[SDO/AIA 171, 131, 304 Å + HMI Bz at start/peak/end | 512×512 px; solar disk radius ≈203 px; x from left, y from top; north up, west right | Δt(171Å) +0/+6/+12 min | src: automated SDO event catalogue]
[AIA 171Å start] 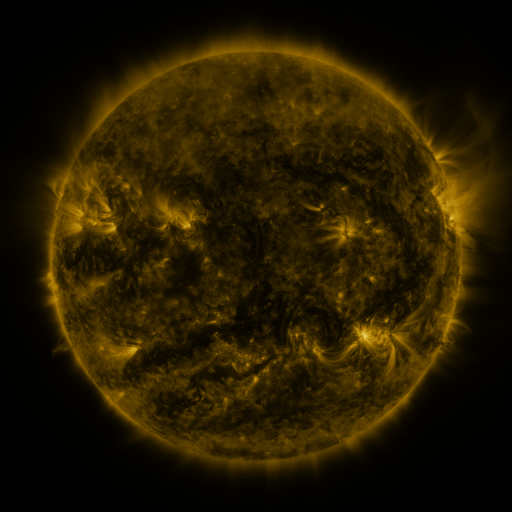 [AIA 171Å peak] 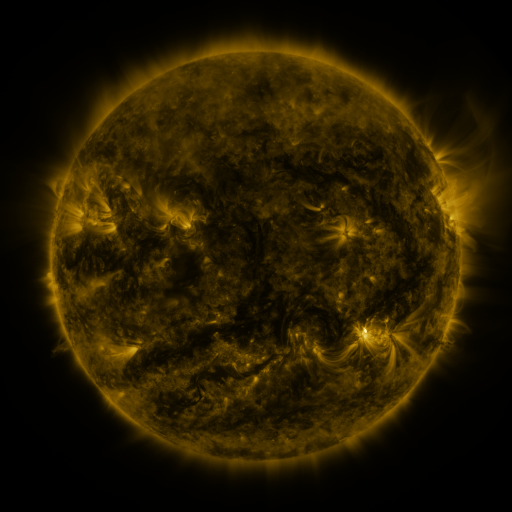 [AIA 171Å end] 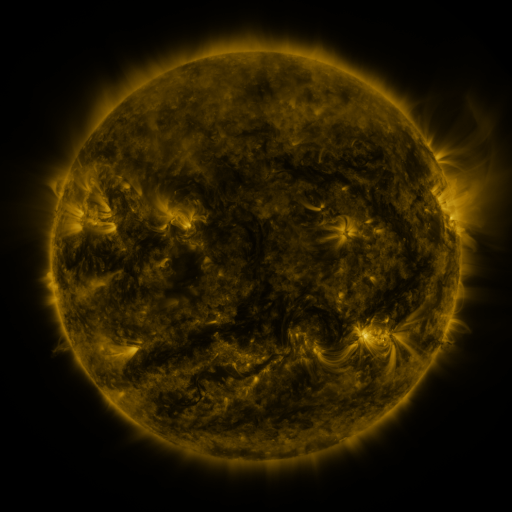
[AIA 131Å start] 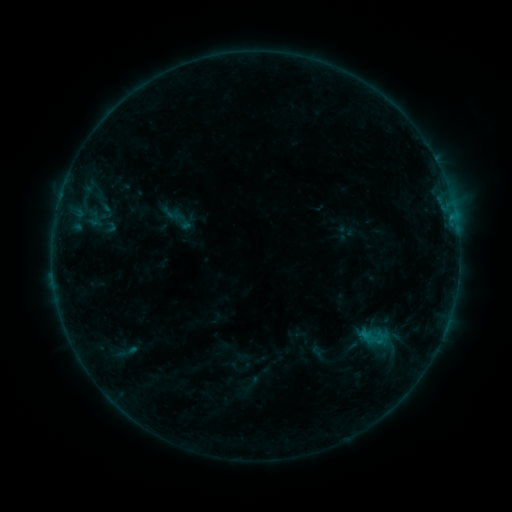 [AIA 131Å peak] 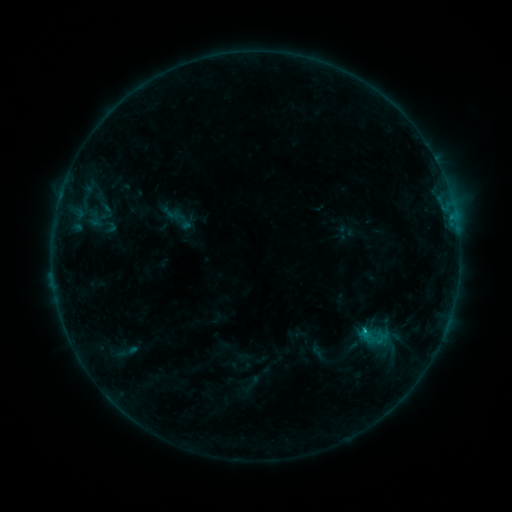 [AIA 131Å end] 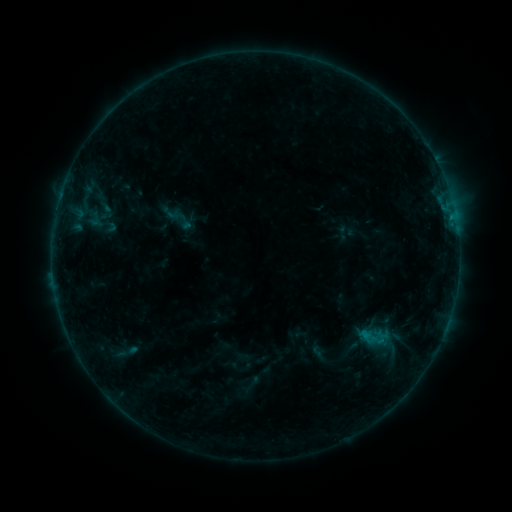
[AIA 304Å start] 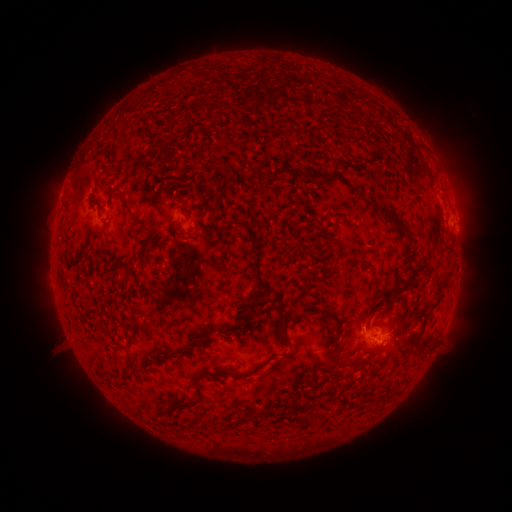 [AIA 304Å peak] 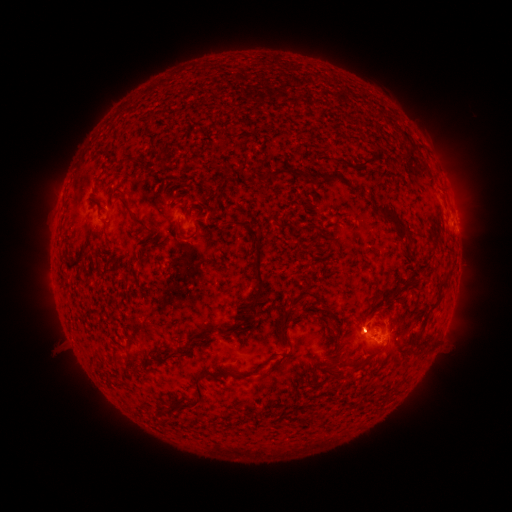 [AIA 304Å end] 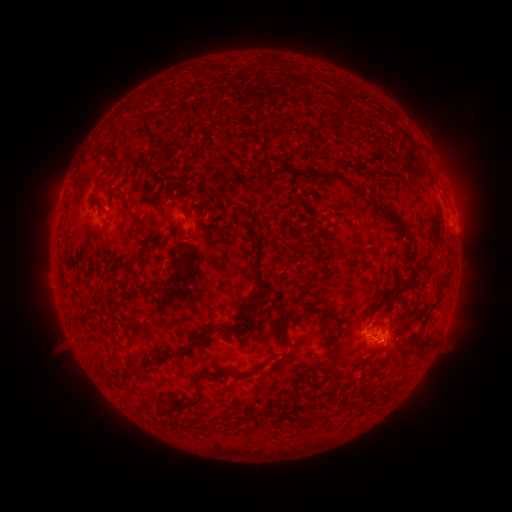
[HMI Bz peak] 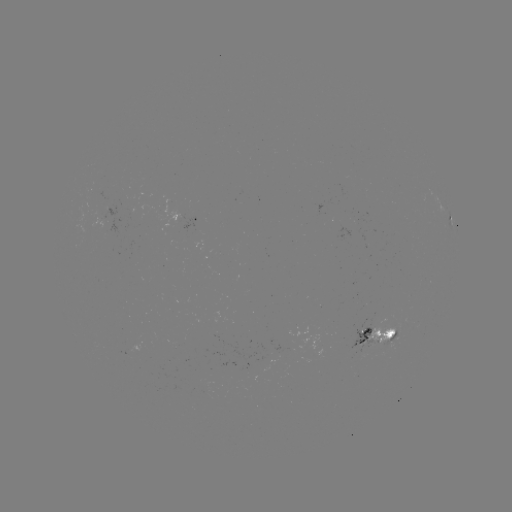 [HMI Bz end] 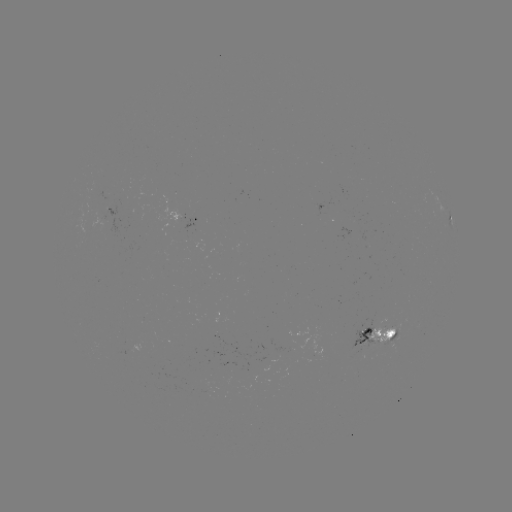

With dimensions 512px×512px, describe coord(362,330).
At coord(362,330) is B3.2 flare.